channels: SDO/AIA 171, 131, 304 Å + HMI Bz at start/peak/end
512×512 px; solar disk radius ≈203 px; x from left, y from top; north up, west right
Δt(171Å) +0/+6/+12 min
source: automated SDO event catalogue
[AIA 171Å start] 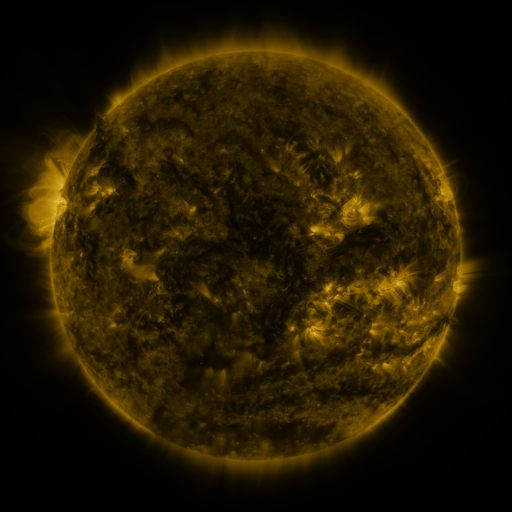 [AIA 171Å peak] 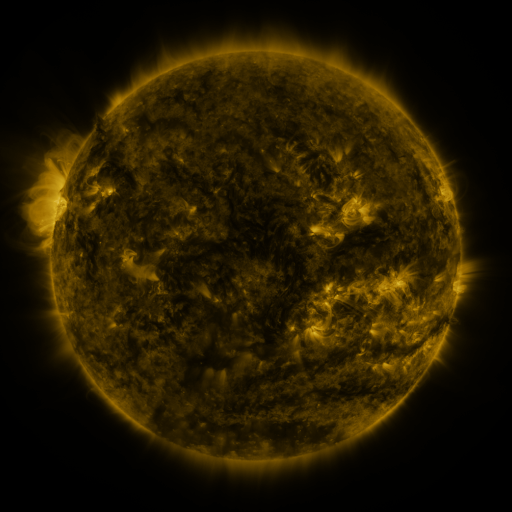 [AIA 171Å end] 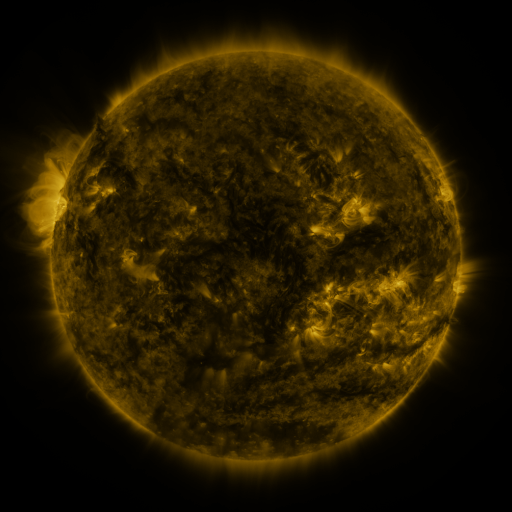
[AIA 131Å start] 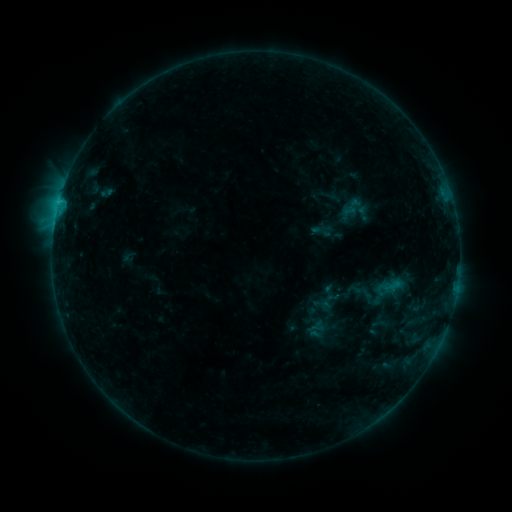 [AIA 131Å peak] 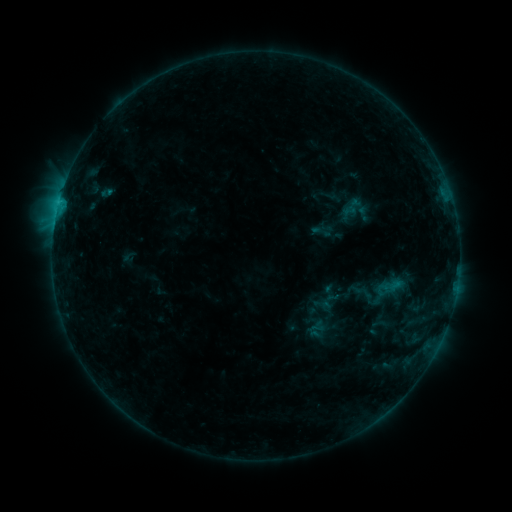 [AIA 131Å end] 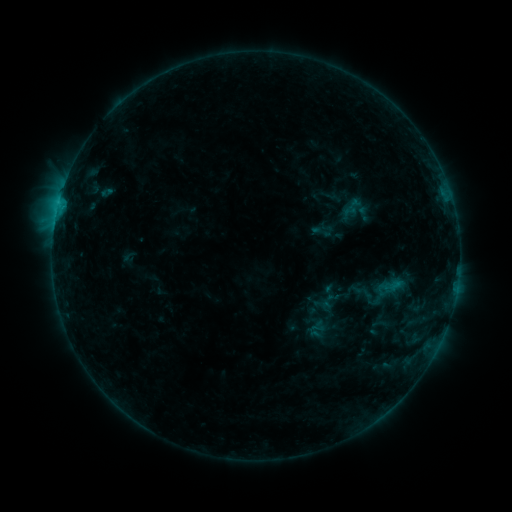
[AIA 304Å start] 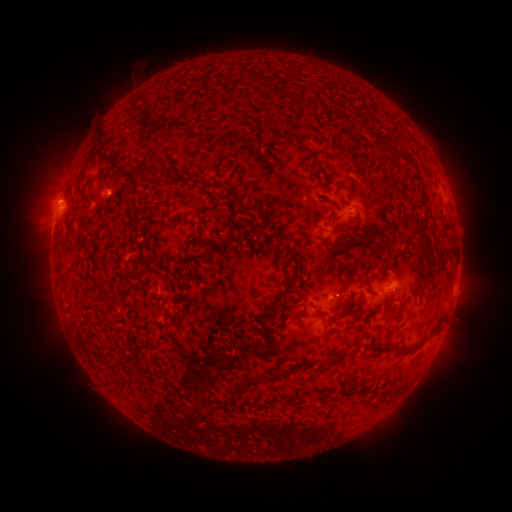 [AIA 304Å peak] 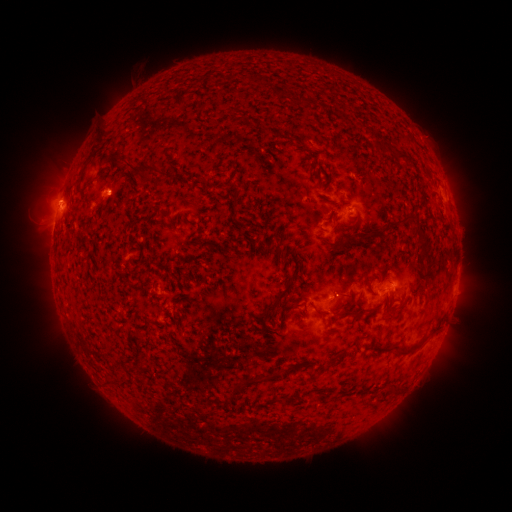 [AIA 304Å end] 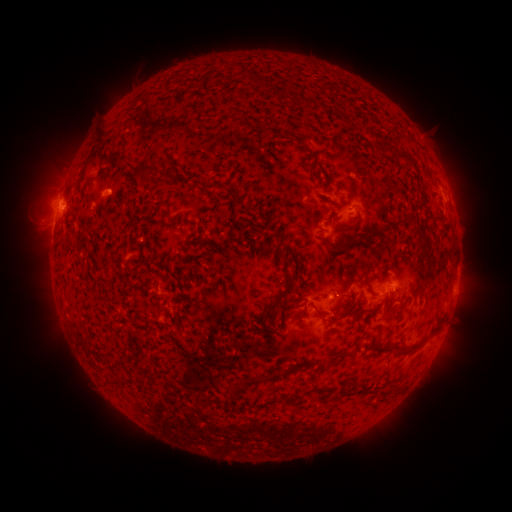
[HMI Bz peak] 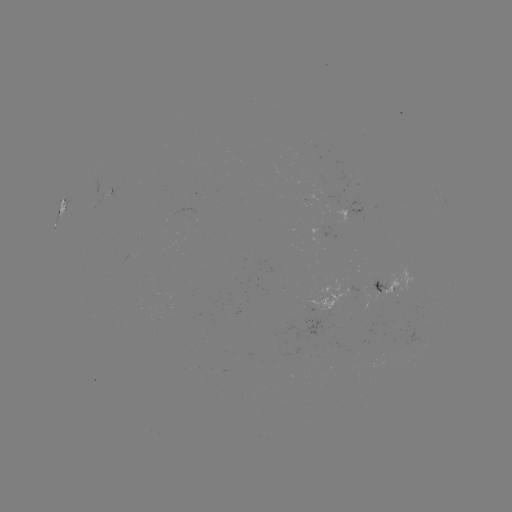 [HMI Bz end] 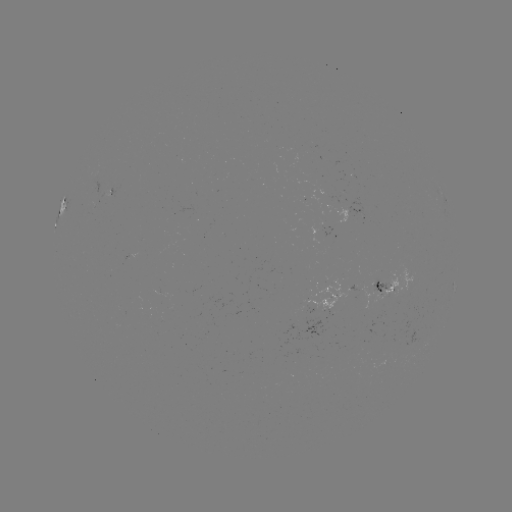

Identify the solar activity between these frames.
nothing was catalogued: no classed flare, no EUV trigger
